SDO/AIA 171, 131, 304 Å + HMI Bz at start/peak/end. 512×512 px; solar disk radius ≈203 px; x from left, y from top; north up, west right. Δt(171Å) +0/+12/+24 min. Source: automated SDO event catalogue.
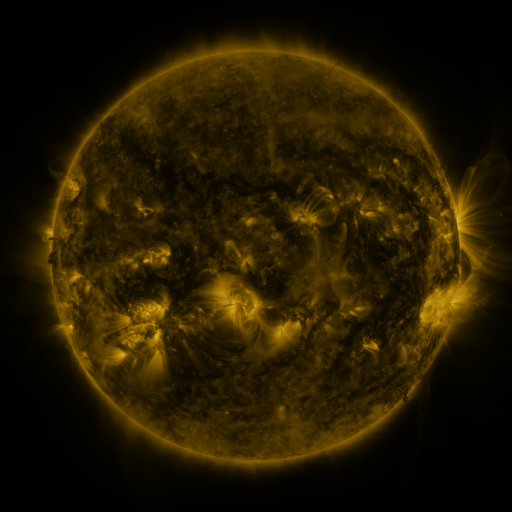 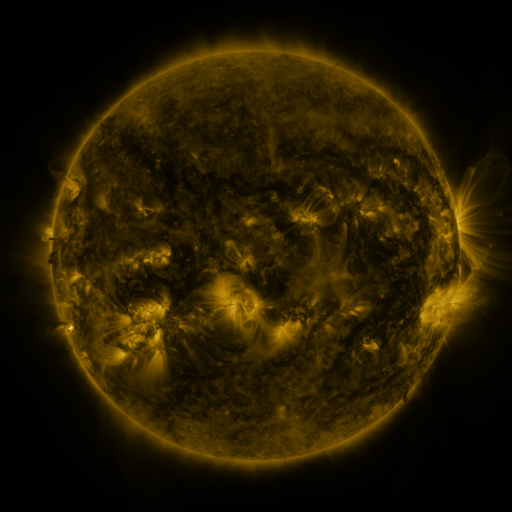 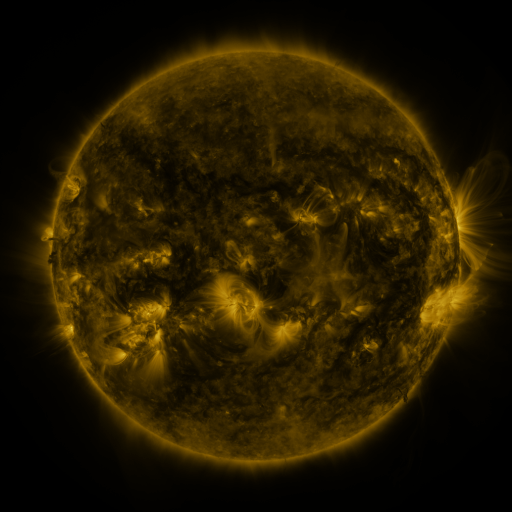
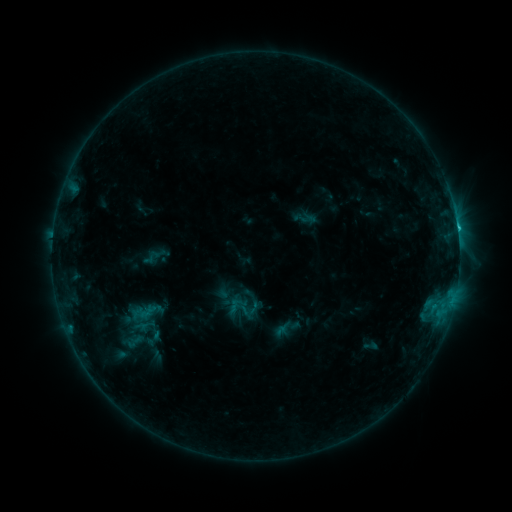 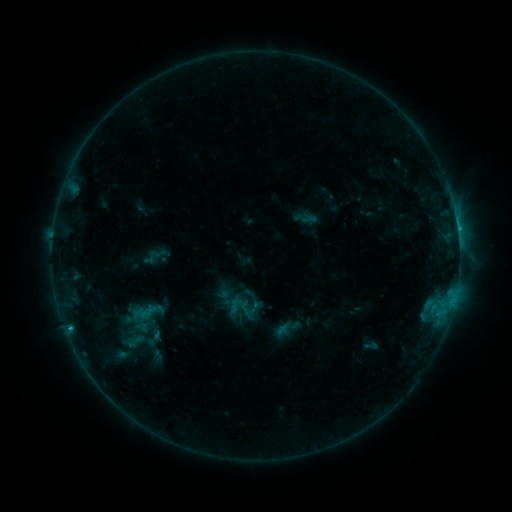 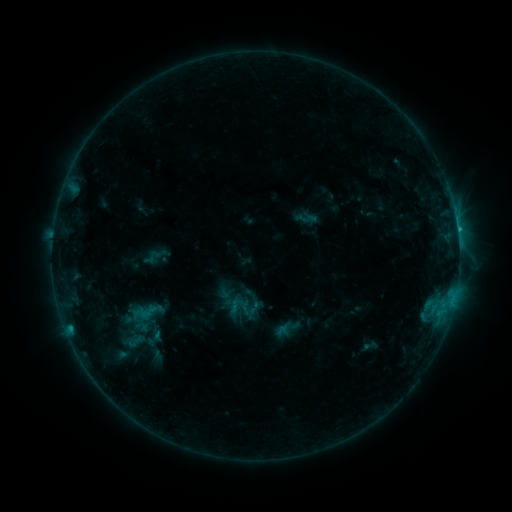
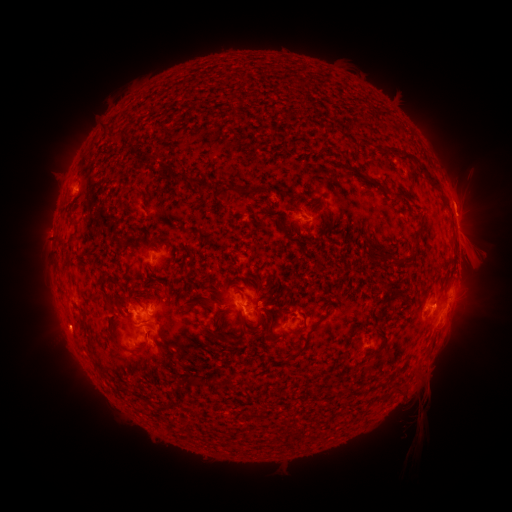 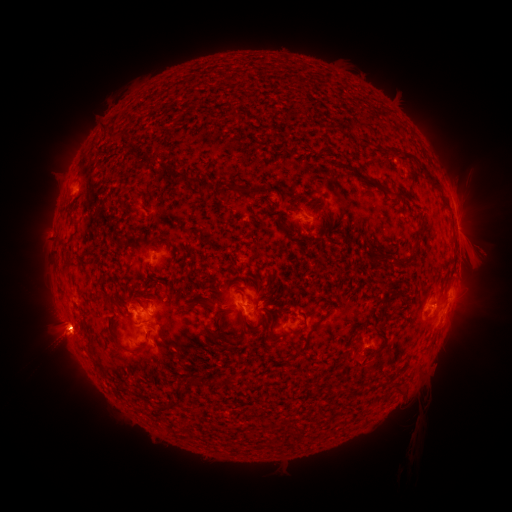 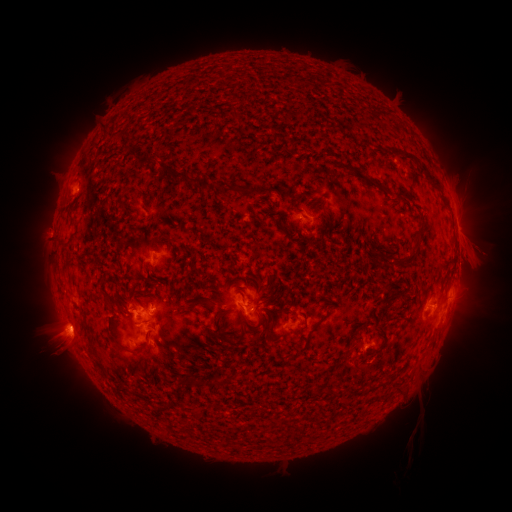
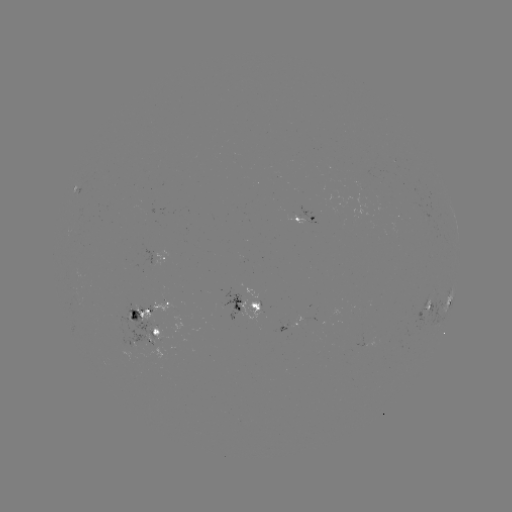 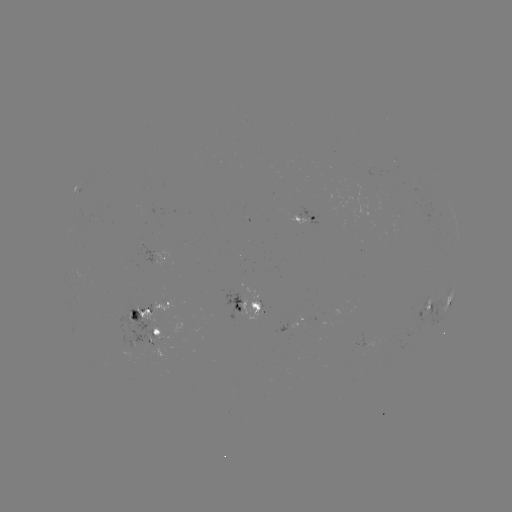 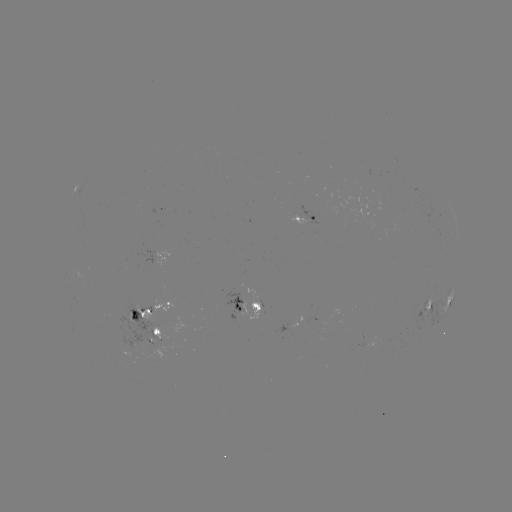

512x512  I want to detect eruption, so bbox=[22, 293, 110, 378].